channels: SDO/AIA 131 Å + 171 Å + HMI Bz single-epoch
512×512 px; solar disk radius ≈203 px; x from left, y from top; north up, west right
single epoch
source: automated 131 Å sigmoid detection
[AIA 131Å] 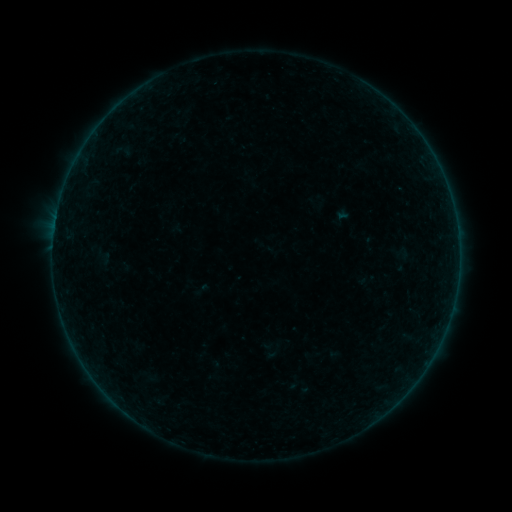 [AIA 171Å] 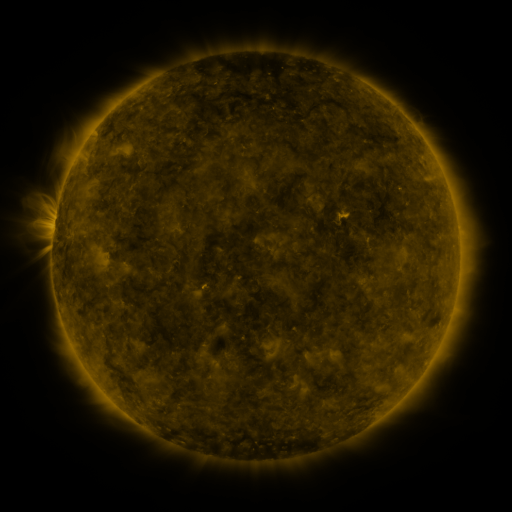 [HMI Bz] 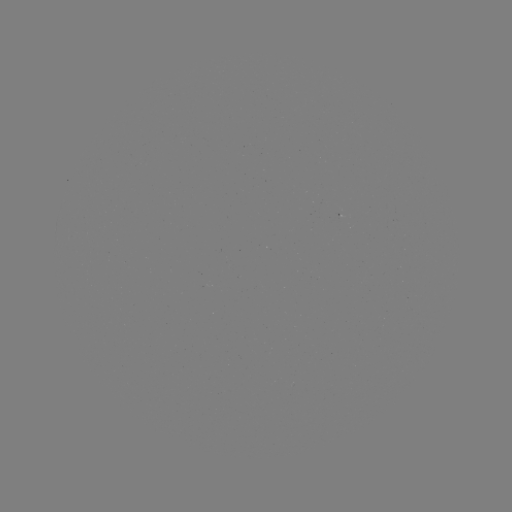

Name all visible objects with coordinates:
sigmoid: (393, 244, 411, 262)
